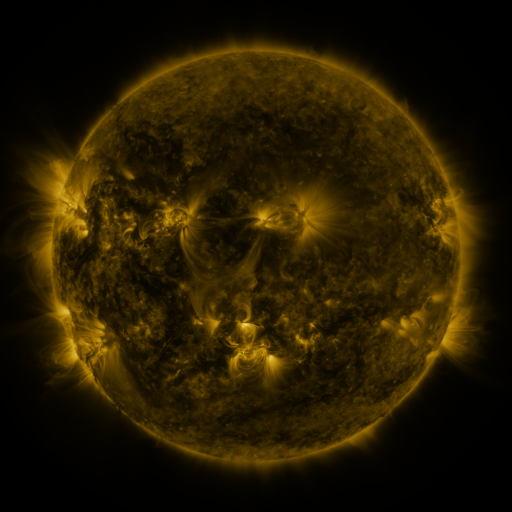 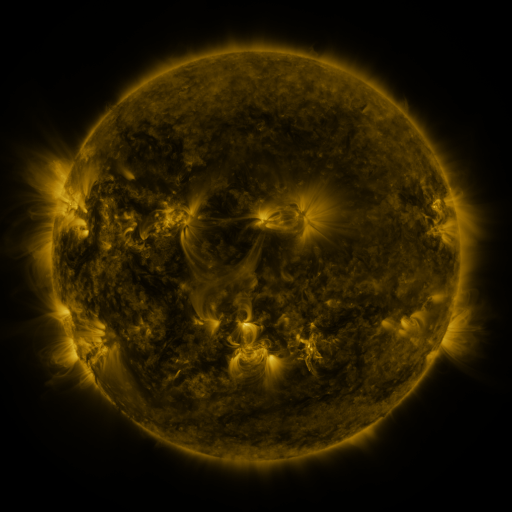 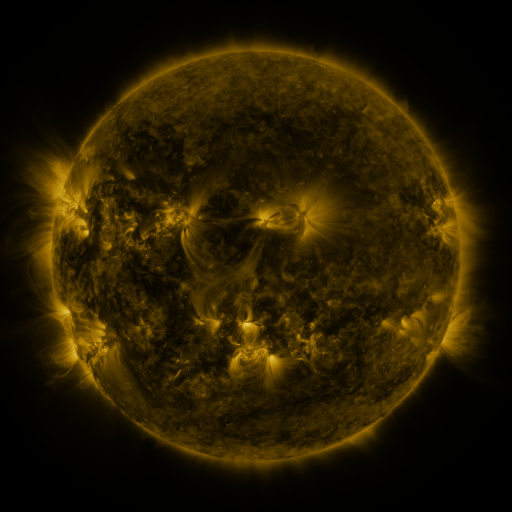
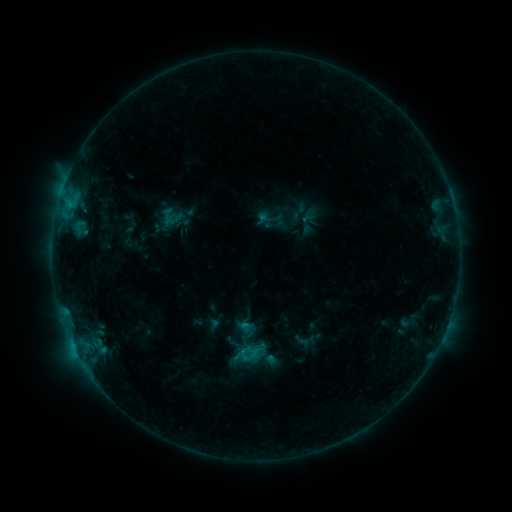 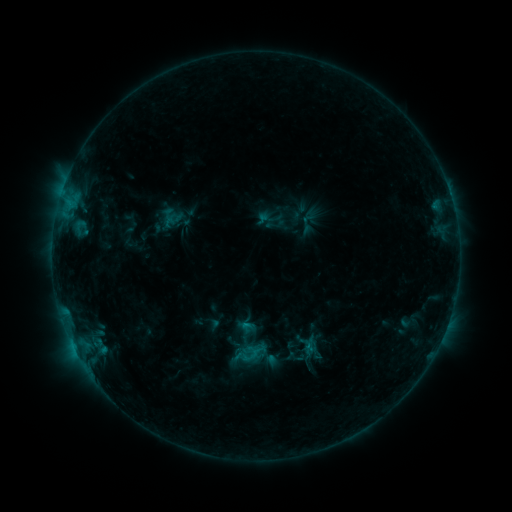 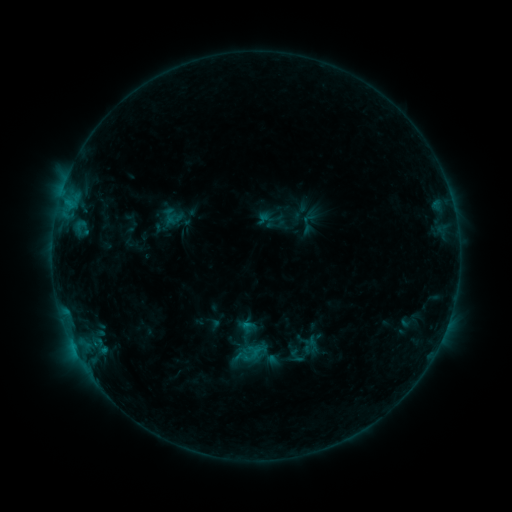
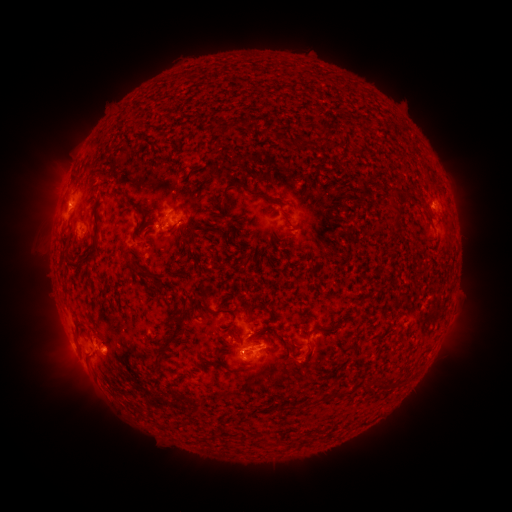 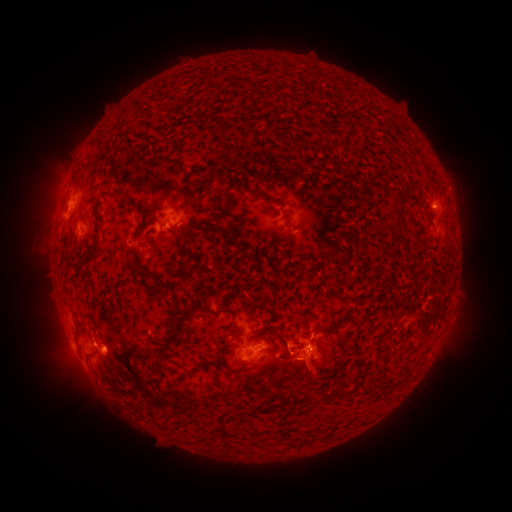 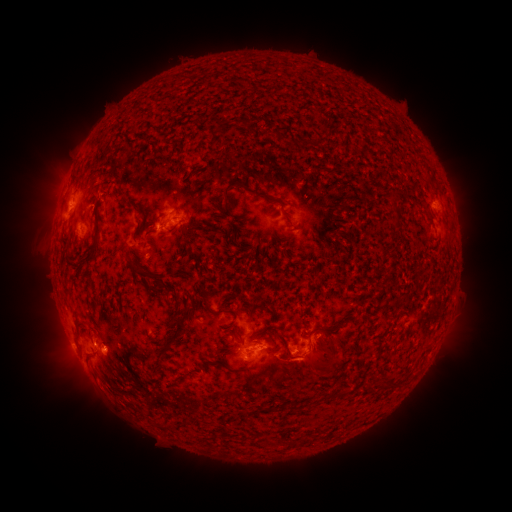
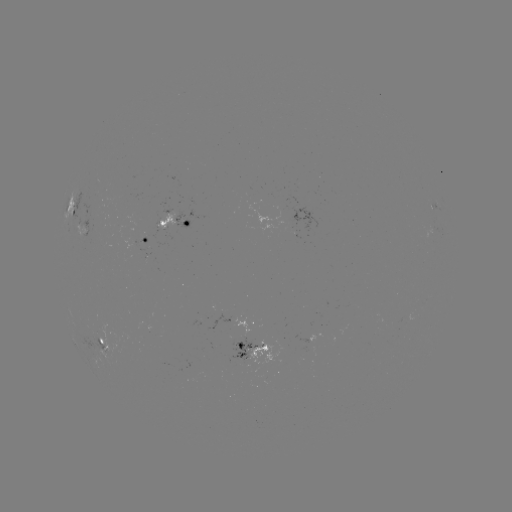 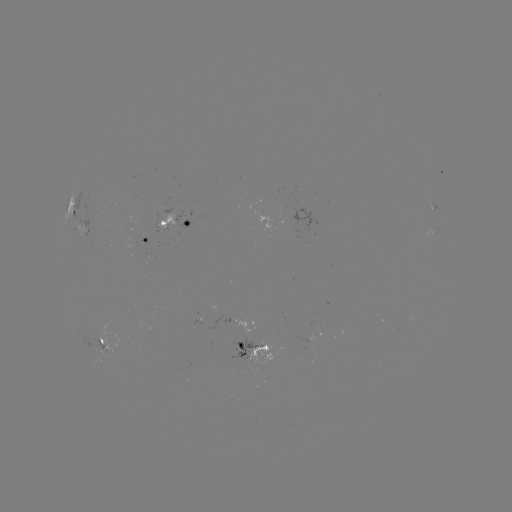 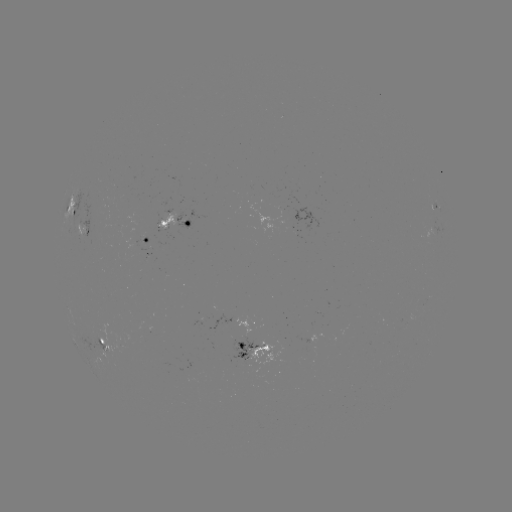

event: eruption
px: (324, 362)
